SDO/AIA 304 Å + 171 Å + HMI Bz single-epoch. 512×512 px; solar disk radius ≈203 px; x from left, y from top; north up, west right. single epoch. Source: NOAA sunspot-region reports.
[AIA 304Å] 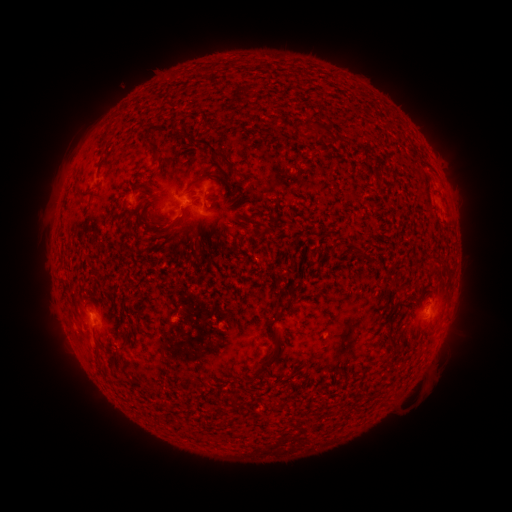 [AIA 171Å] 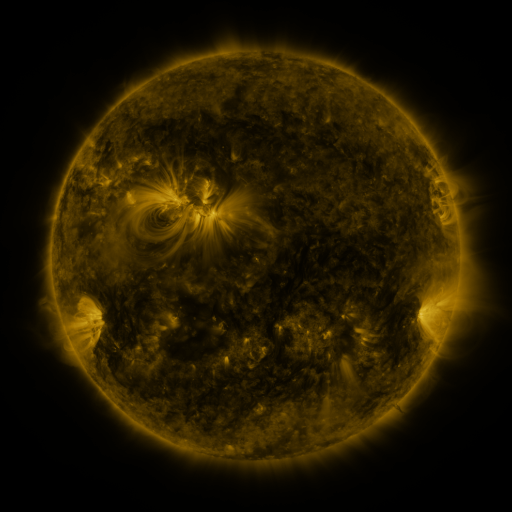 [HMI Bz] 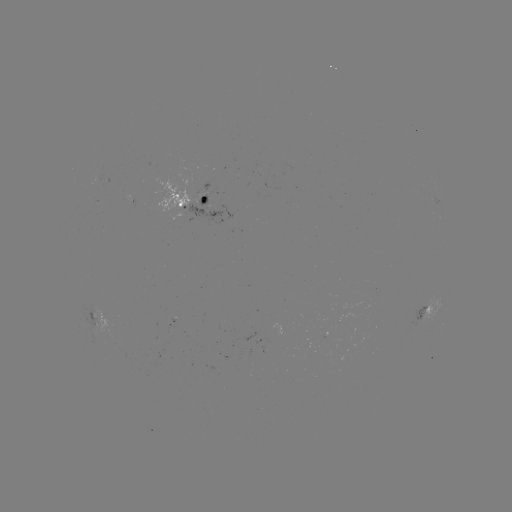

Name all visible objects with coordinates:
spotted active region: (195, 200)
spotted active region: (98, 311)
spotted active region: (427, 314)
